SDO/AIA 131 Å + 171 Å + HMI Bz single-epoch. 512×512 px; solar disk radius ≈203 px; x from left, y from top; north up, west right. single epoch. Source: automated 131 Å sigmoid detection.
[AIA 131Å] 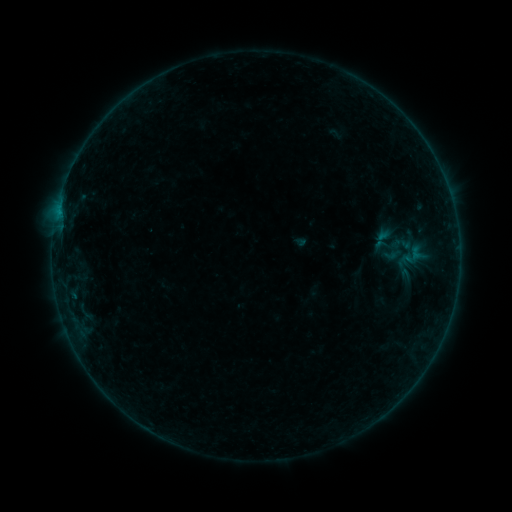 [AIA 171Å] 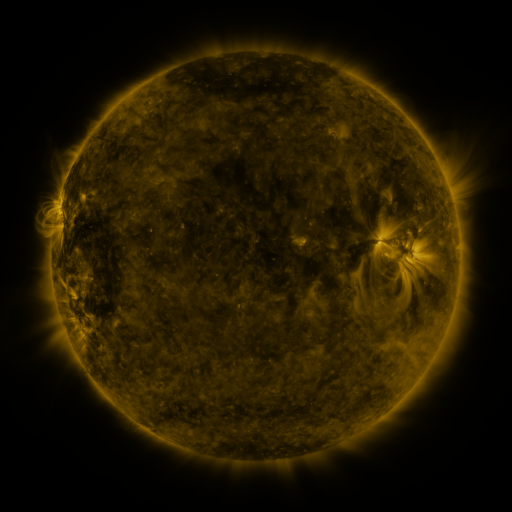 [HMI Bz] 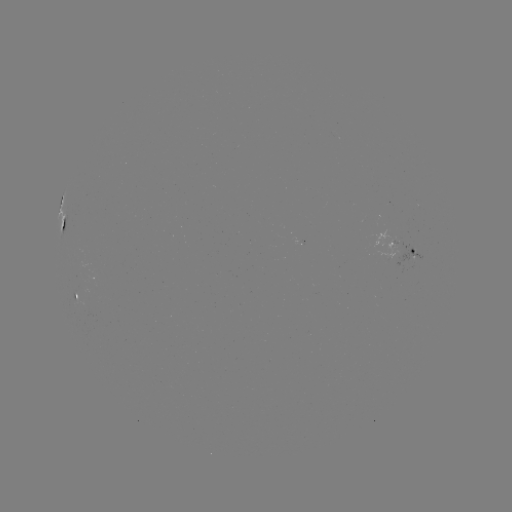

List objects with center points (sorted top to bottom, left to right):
sigmoid: (411, 258)
